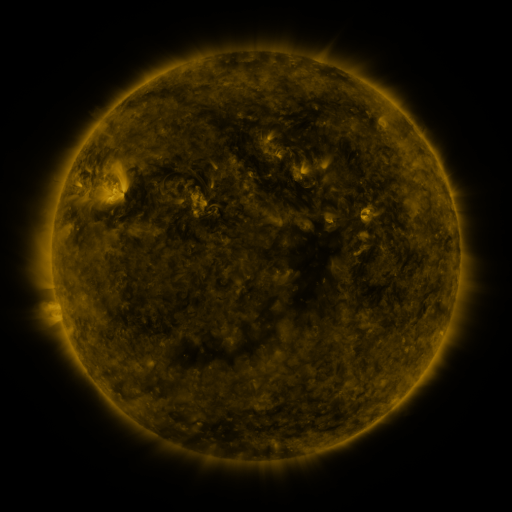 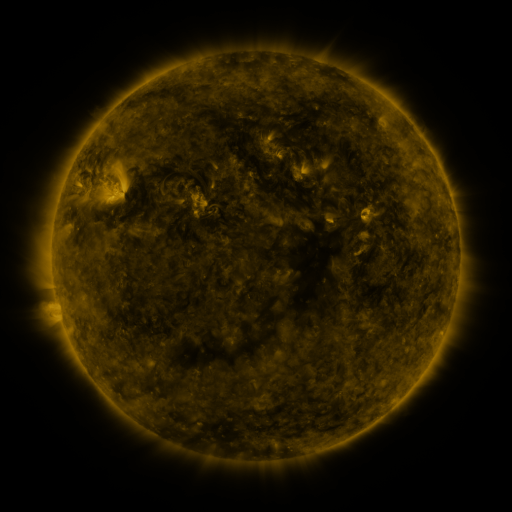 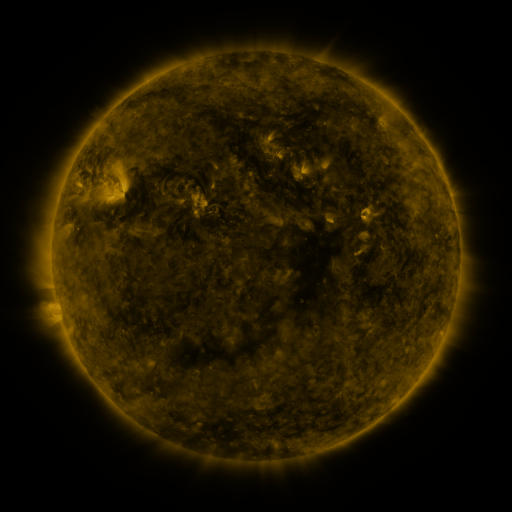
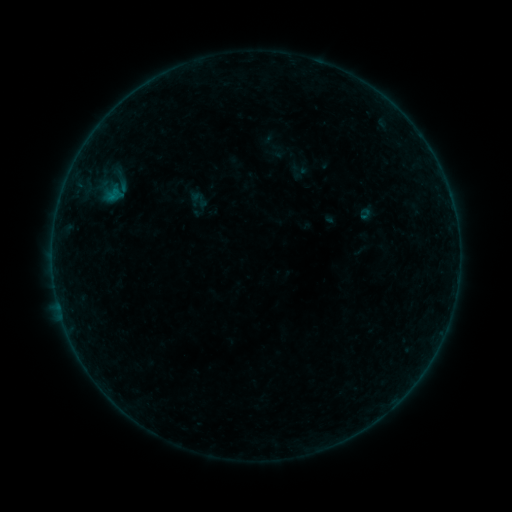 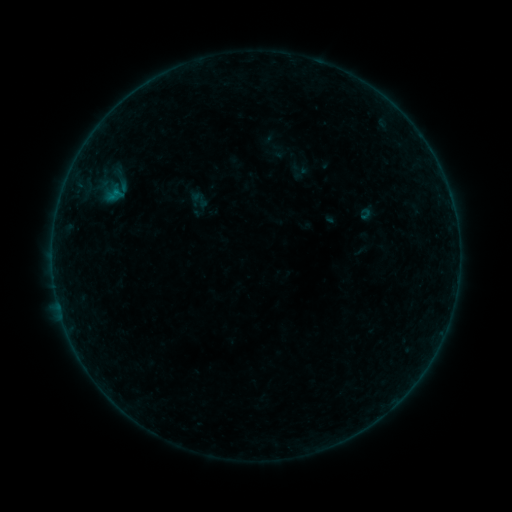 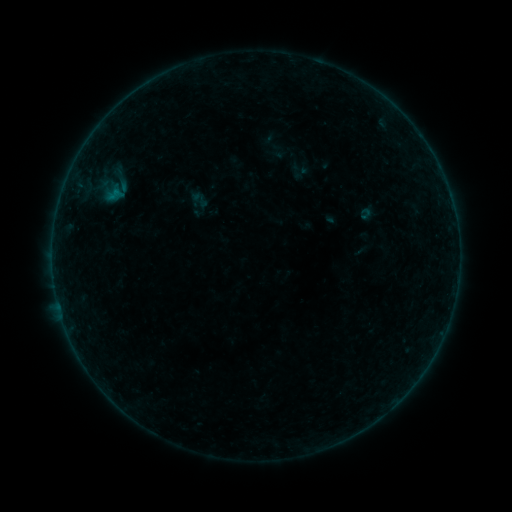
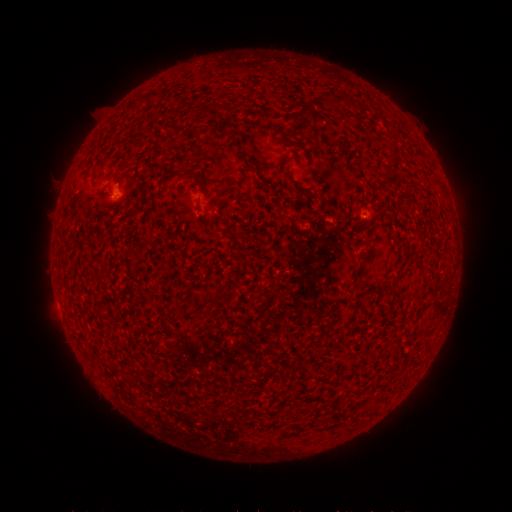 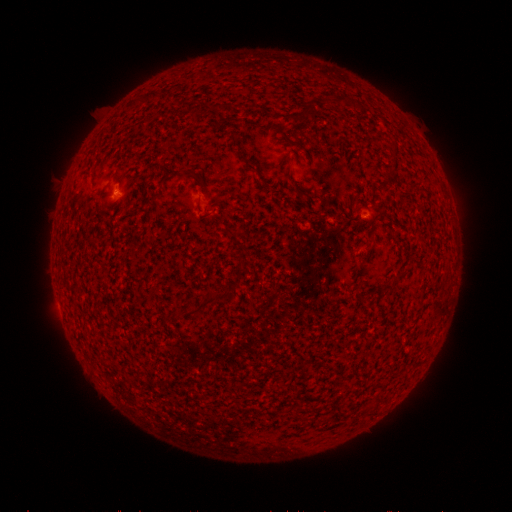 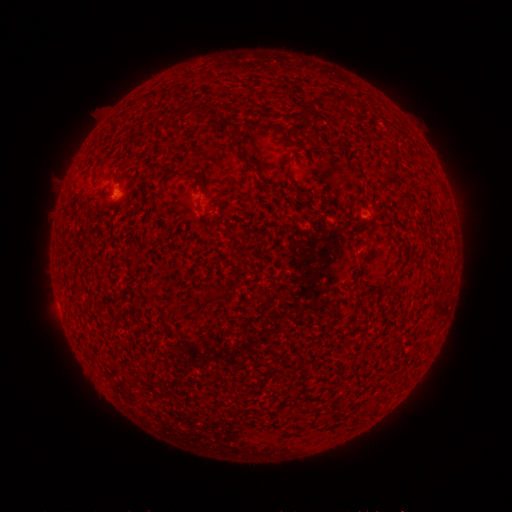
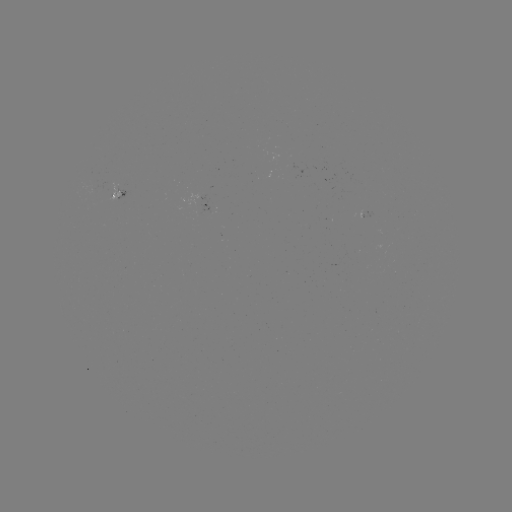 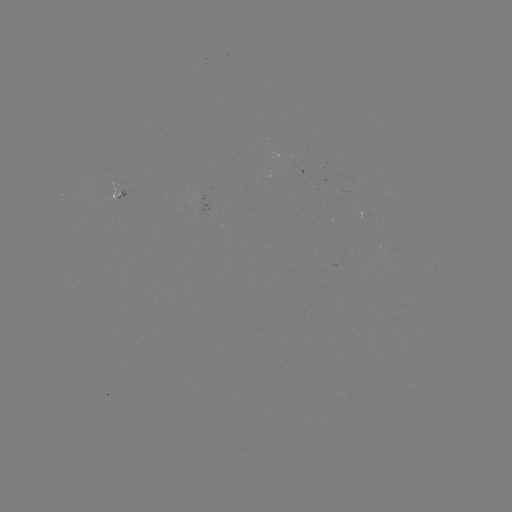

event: flare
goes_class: B1.3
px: (118, 193)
